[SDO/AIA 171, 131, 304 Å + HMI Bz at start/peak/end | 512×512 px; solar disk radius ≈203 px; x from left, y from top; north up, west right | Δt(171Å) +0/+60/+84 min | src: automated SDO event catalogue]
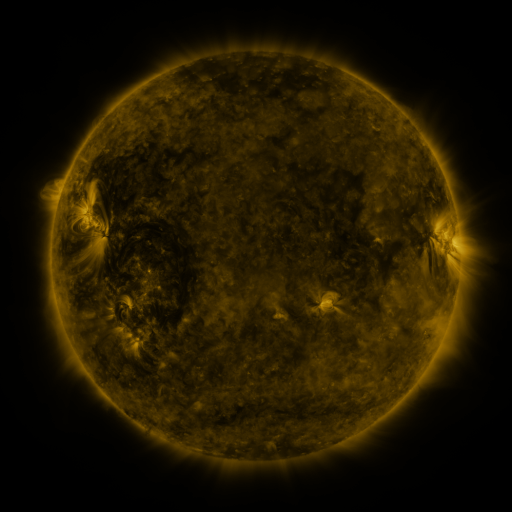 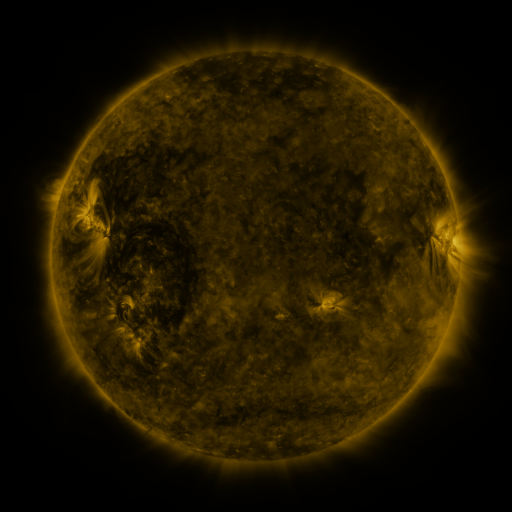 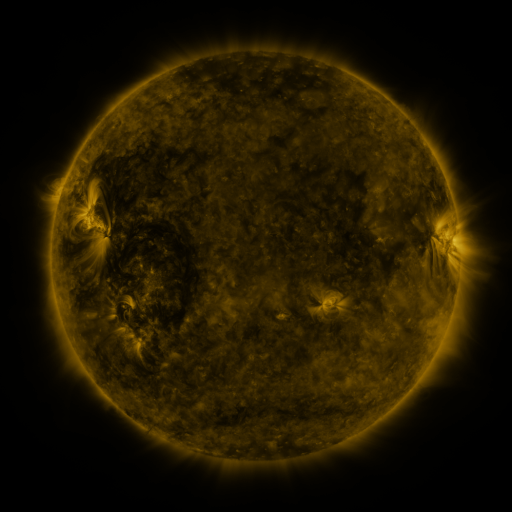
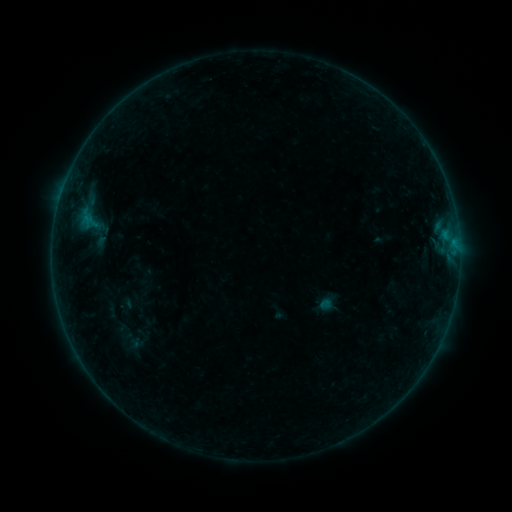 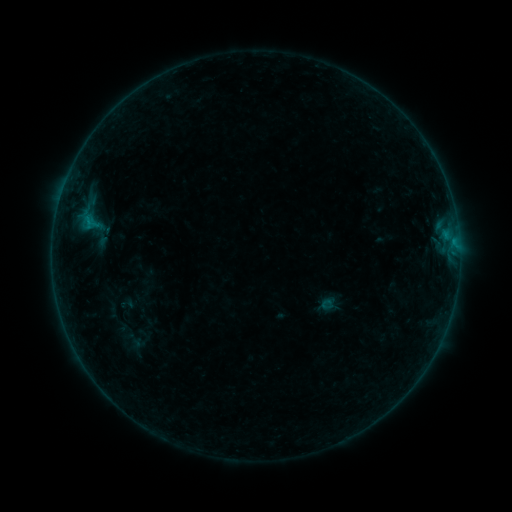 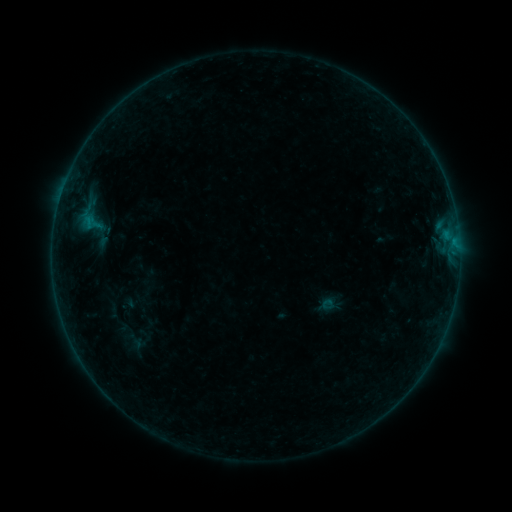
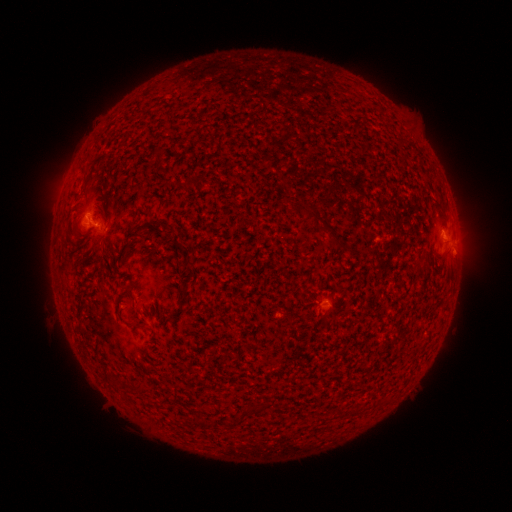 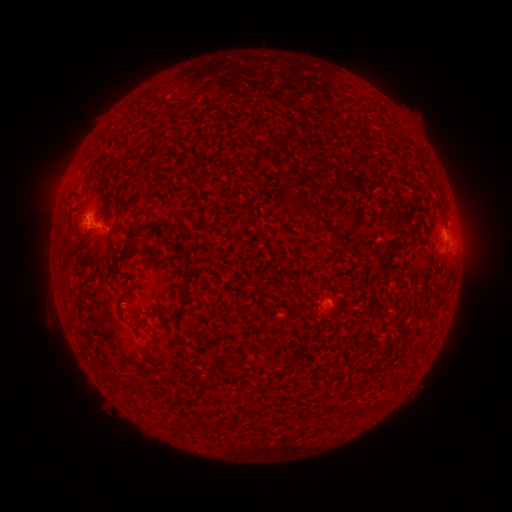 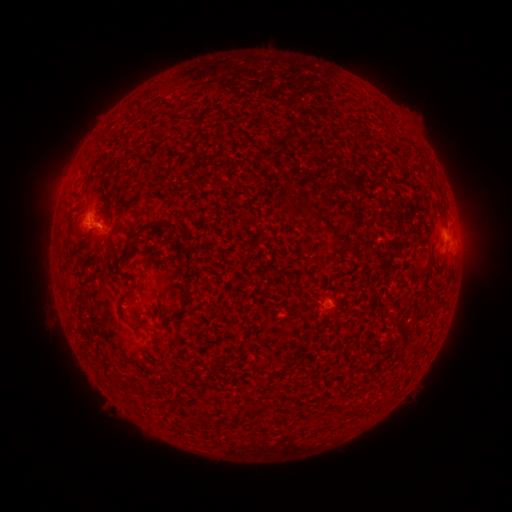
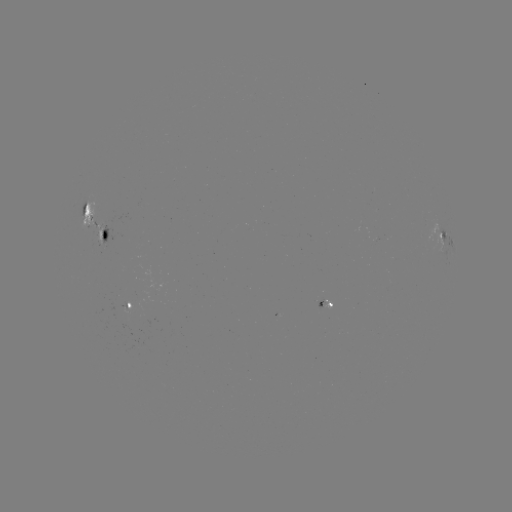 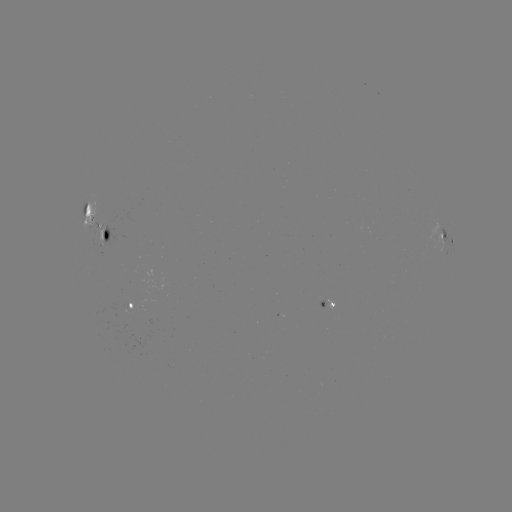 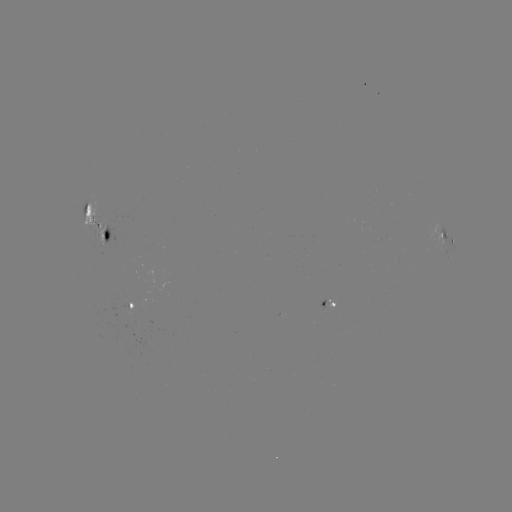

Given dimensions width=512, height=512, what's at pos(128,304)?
emerging-flux region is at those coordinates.